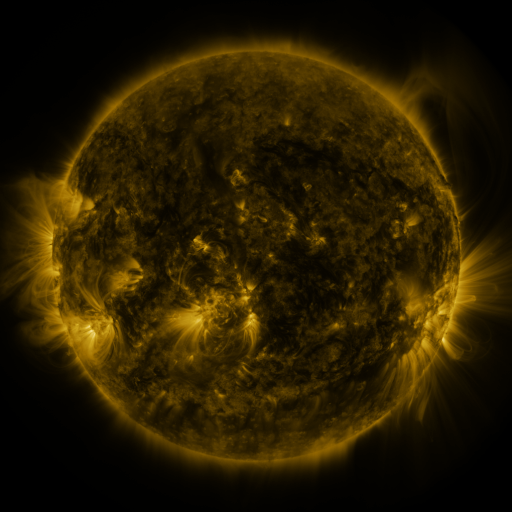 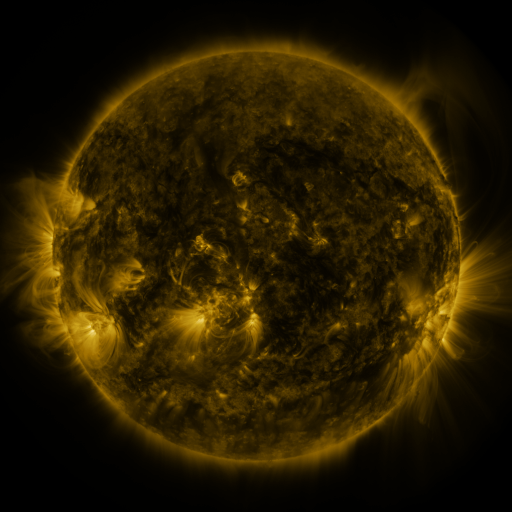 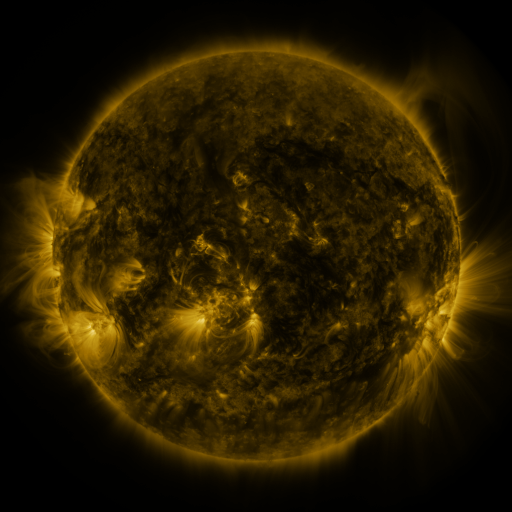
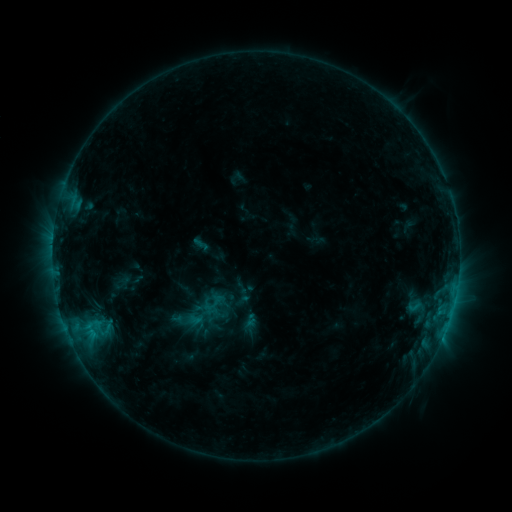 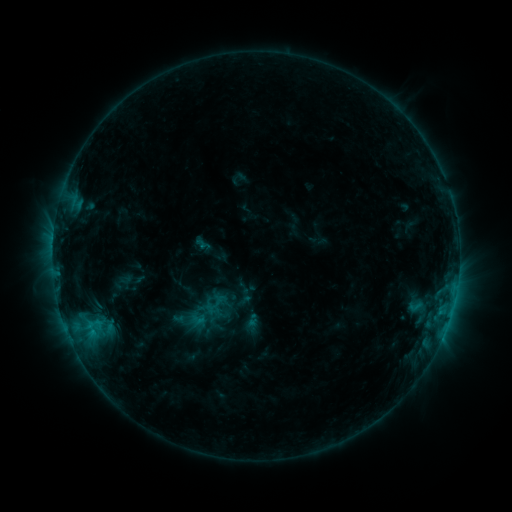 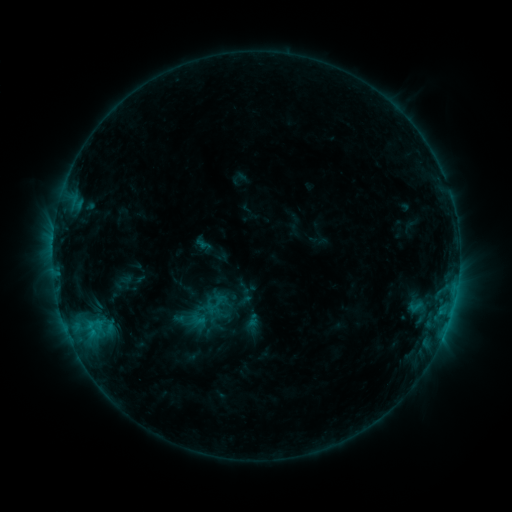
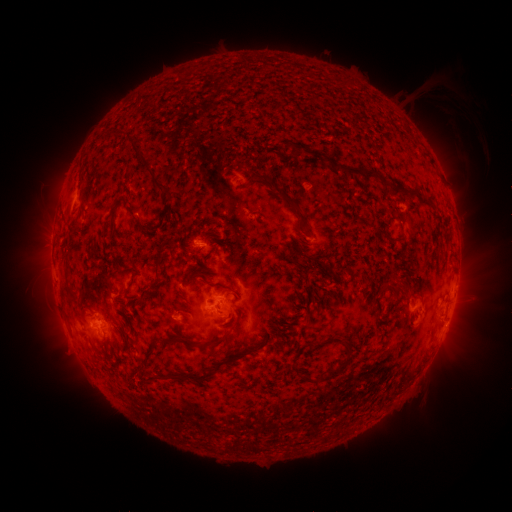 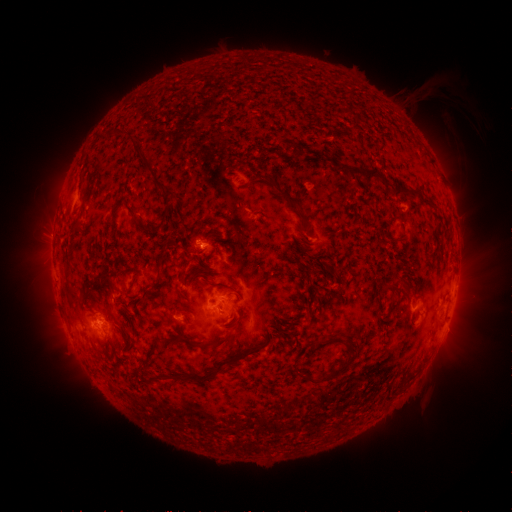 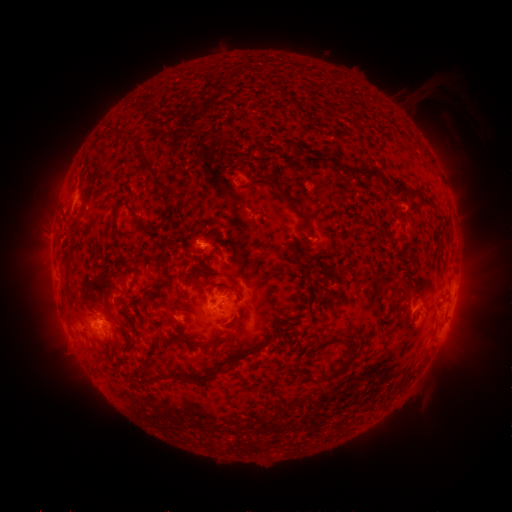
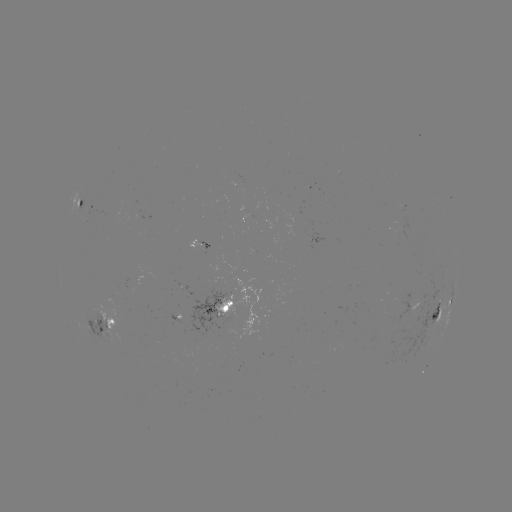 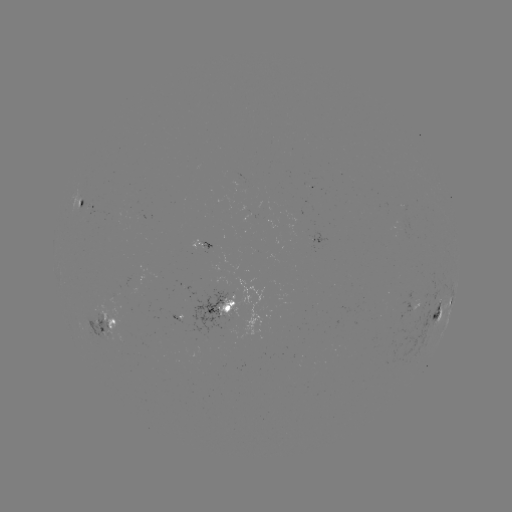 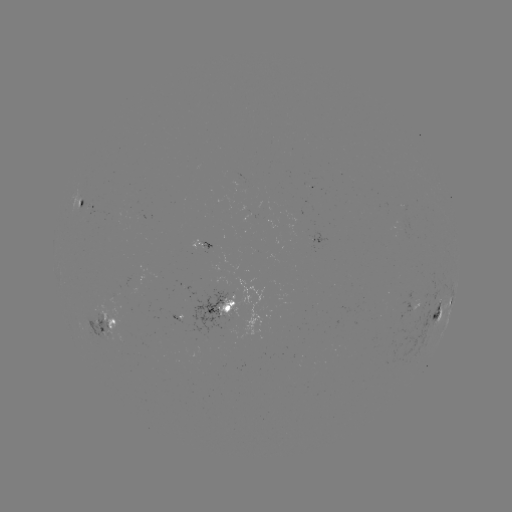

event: emerging-flux region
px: (106, 312)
